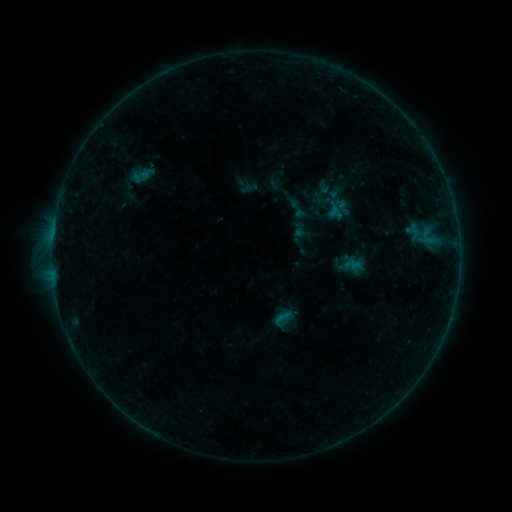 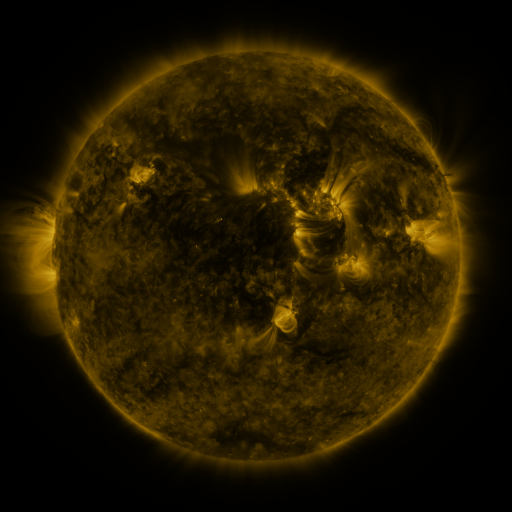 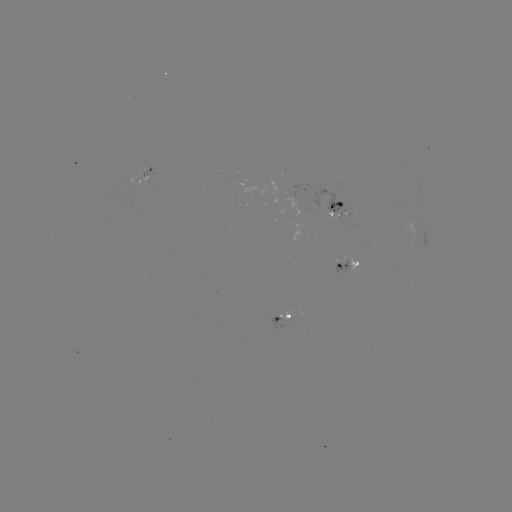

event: sigmoid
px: (282, 319)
